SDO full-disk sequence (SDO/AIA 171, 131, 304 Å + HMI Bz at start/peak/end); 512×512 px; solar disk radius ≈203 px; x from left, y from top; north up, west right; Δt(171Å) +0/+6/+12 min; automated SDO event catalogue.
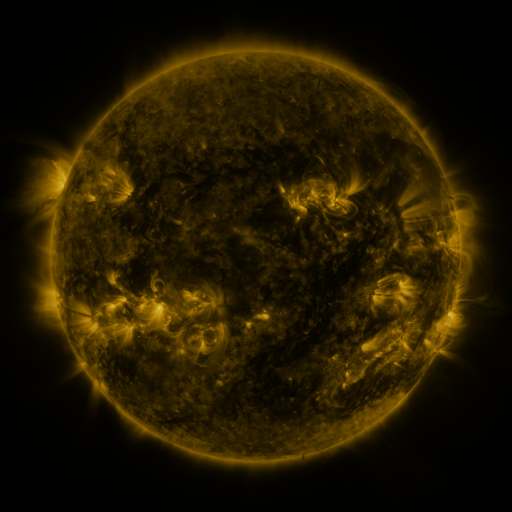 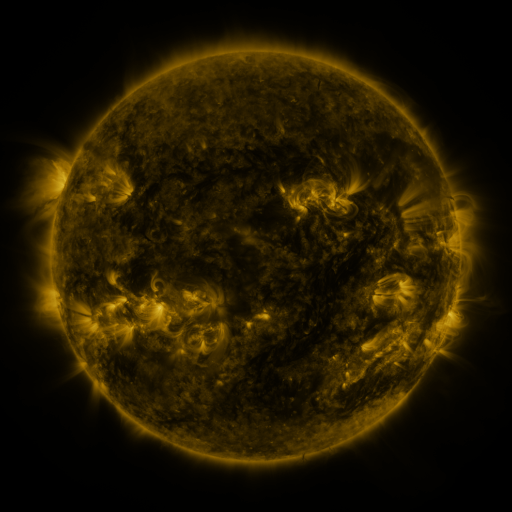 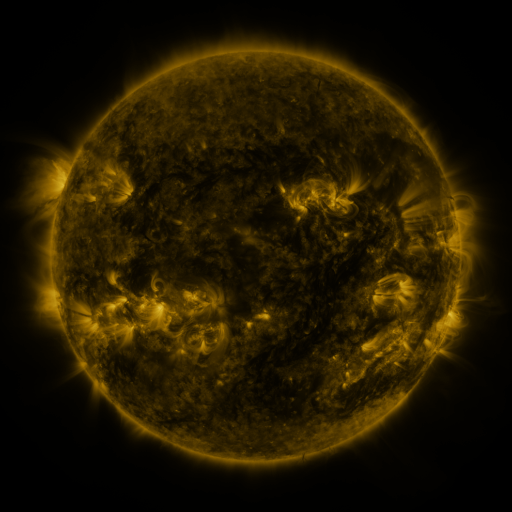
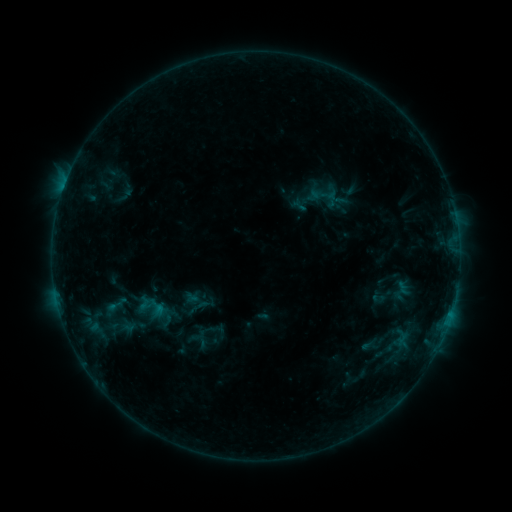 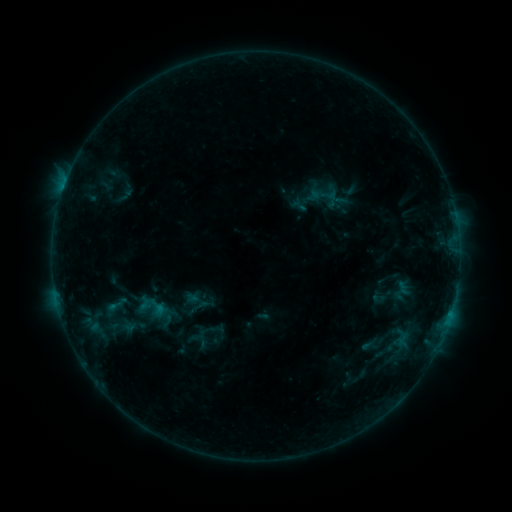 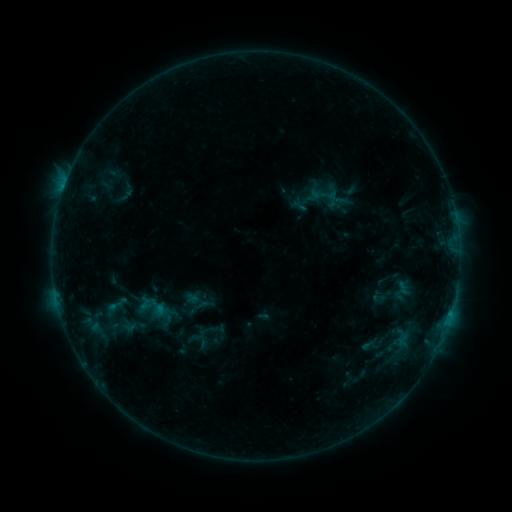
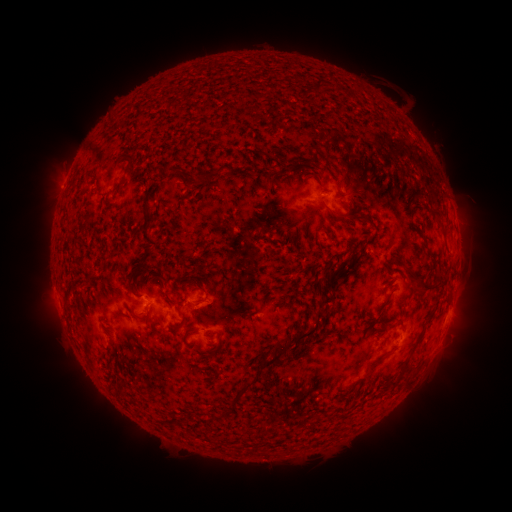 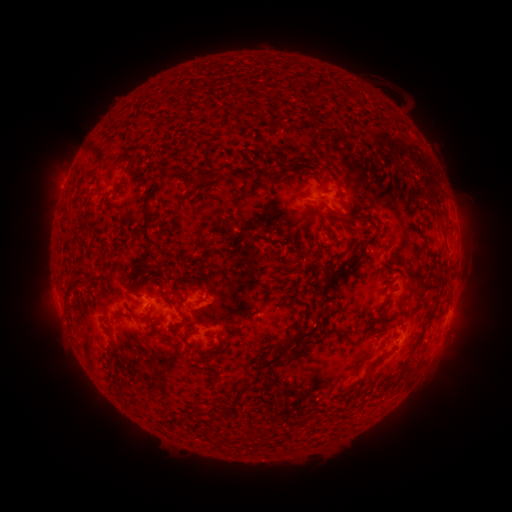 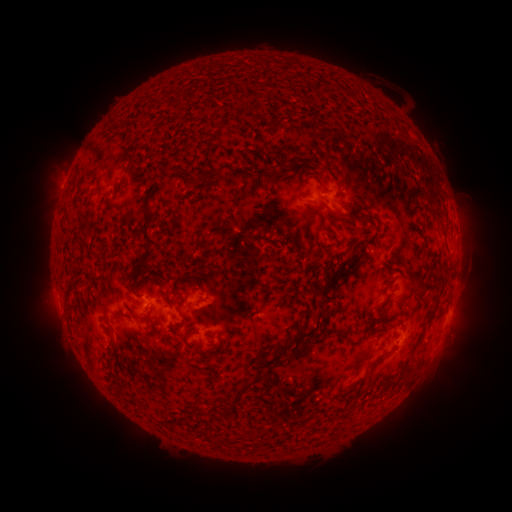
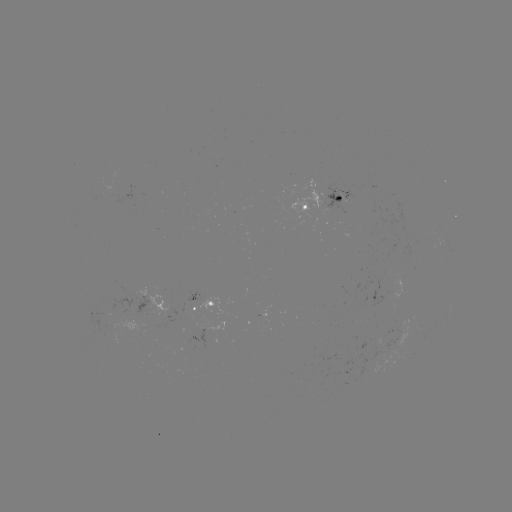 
no classed flare was catalogued and no EUV brightening was flagged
